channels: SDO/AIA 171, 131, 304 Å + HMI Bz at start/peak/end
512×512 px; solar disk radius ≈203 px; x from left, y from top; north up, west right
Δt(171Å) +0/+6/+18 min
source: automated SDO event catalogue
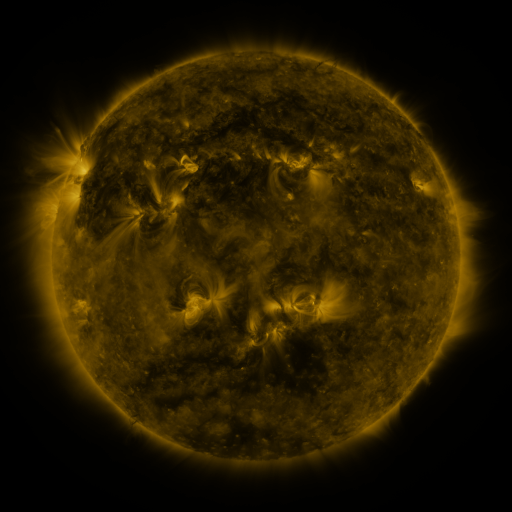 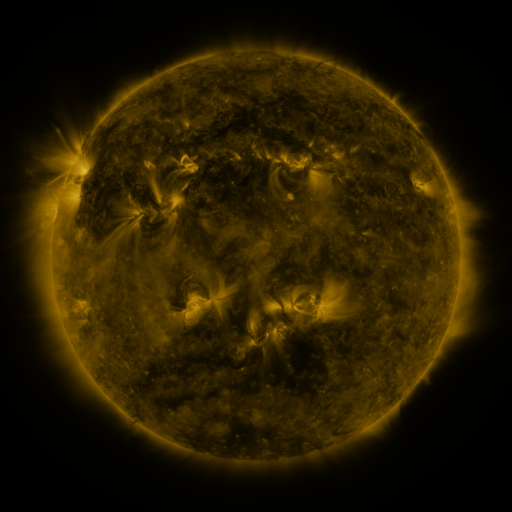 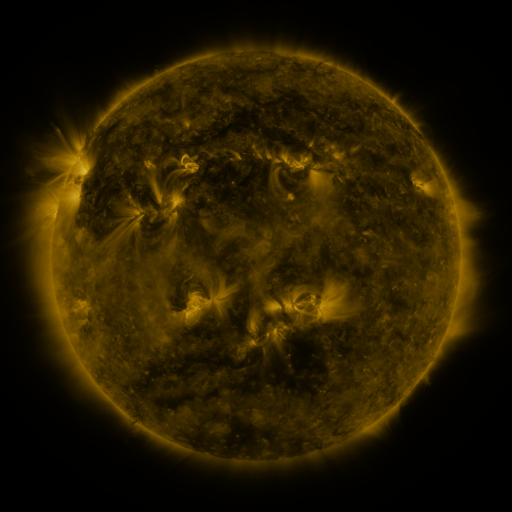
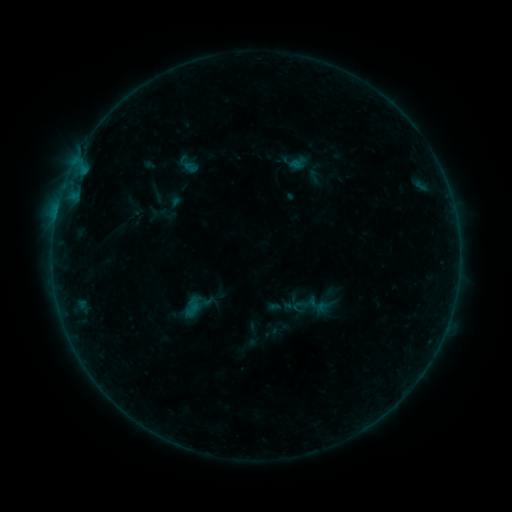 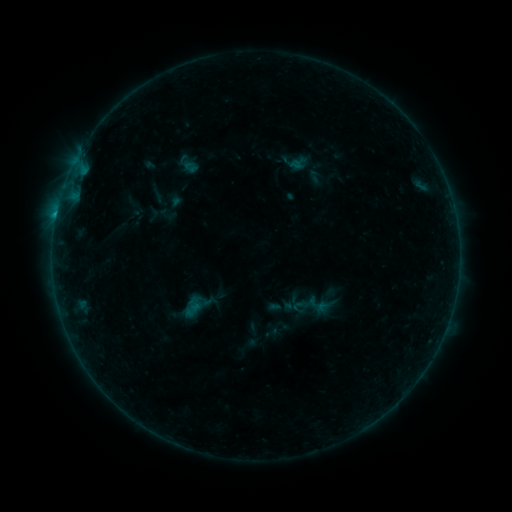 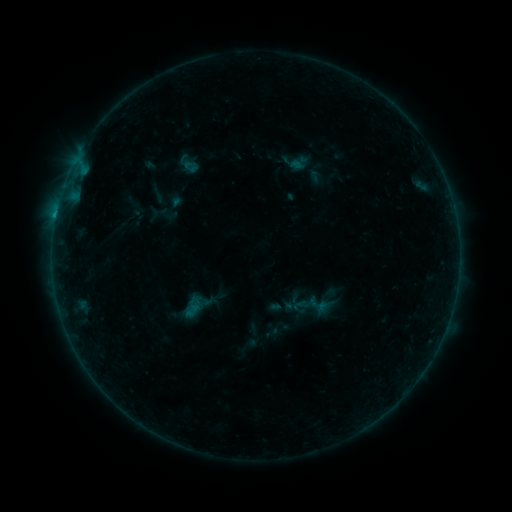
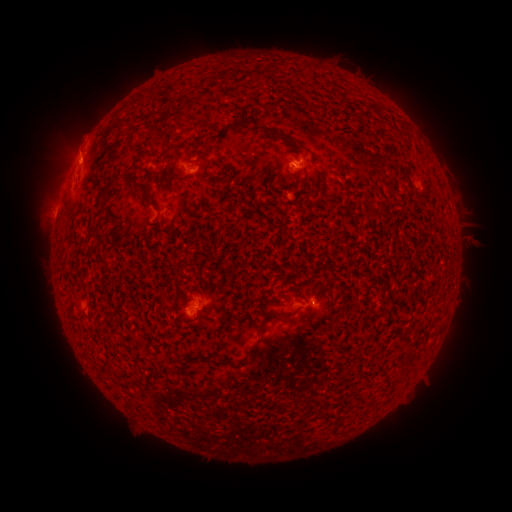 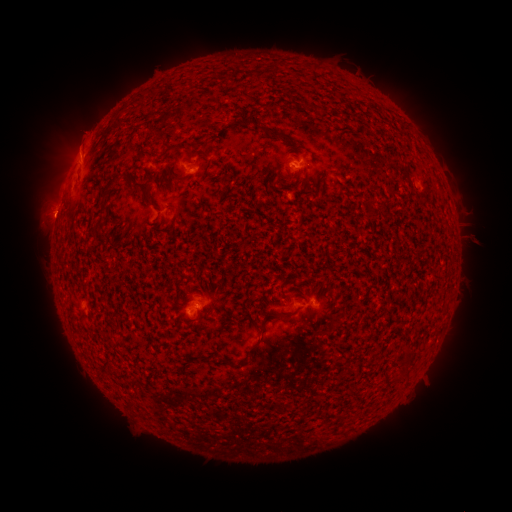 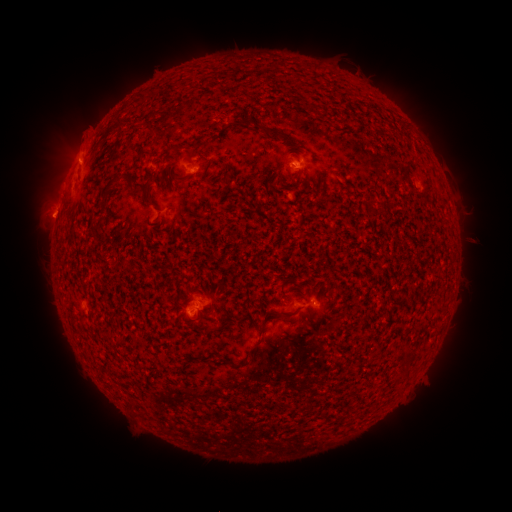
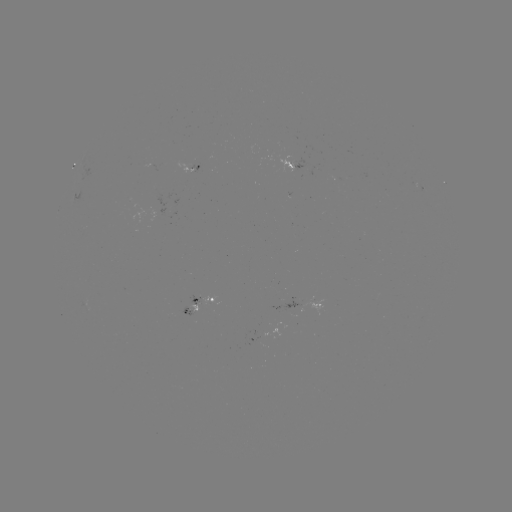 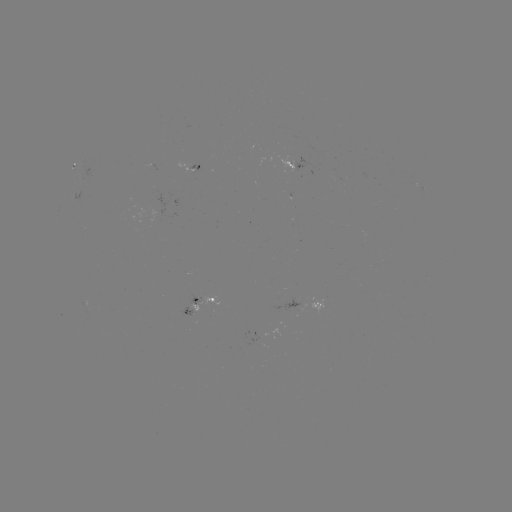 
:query B5.6 flare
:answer (56, 216)